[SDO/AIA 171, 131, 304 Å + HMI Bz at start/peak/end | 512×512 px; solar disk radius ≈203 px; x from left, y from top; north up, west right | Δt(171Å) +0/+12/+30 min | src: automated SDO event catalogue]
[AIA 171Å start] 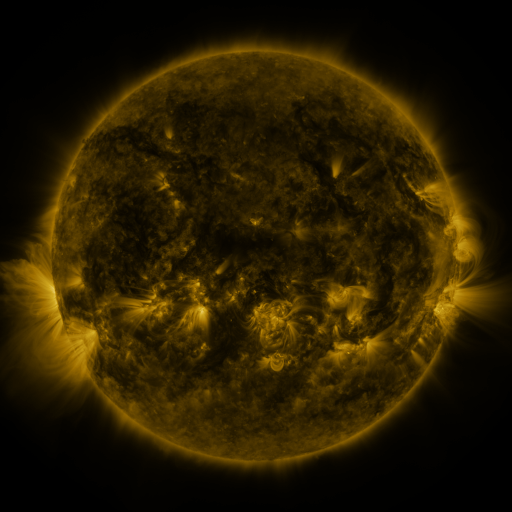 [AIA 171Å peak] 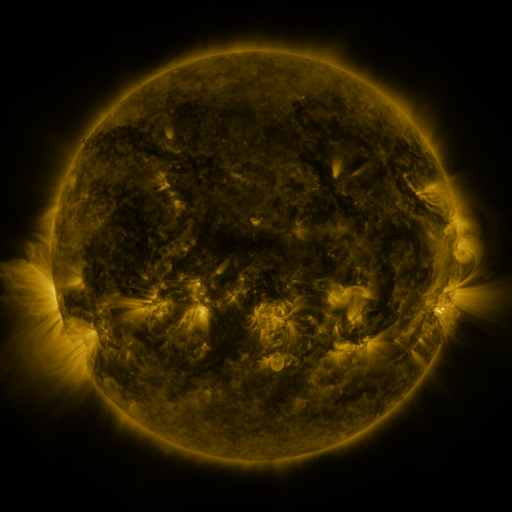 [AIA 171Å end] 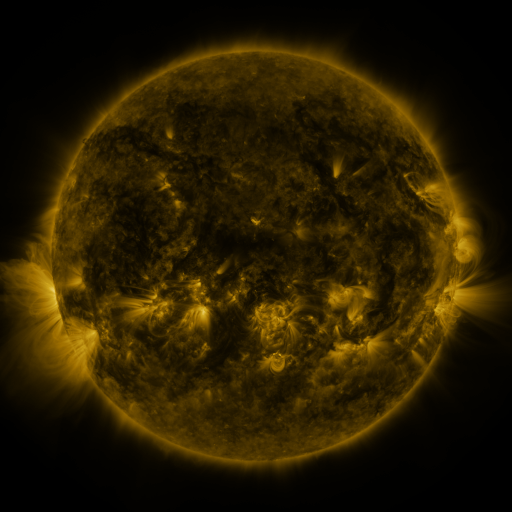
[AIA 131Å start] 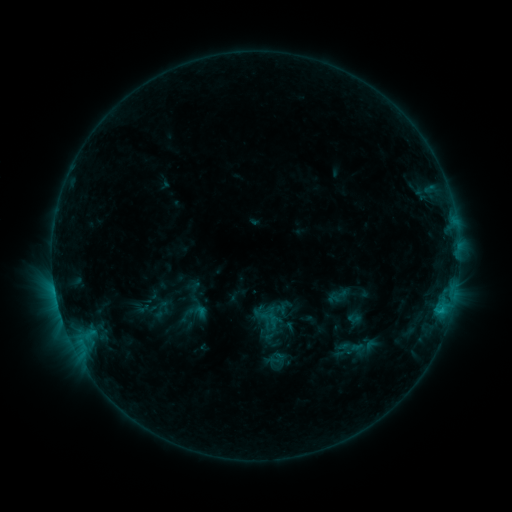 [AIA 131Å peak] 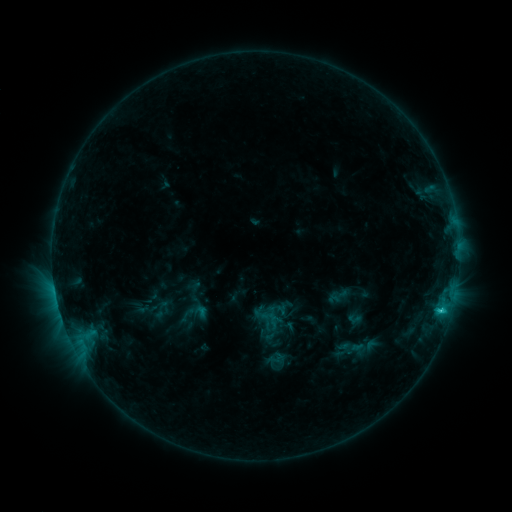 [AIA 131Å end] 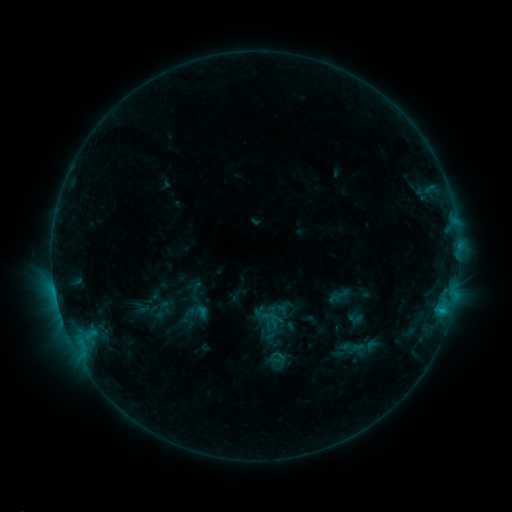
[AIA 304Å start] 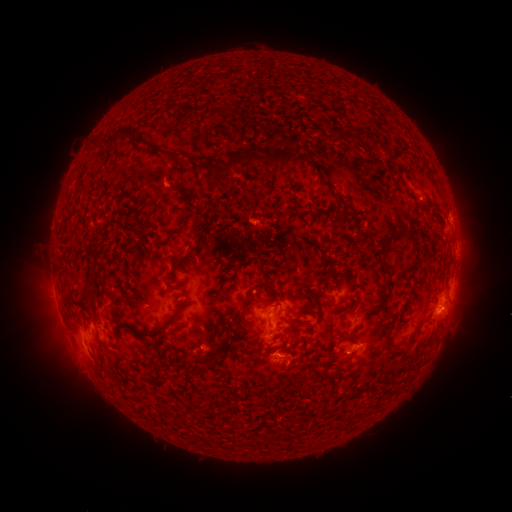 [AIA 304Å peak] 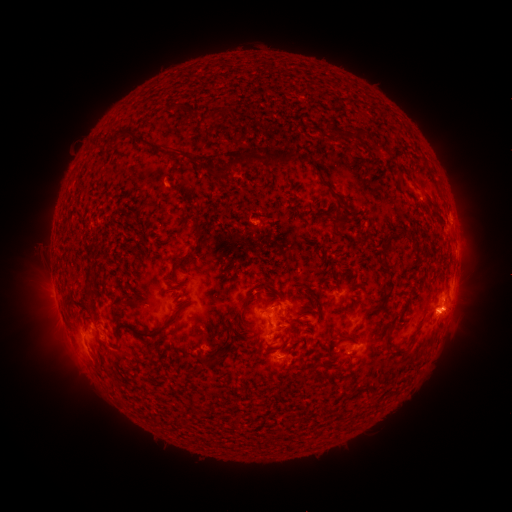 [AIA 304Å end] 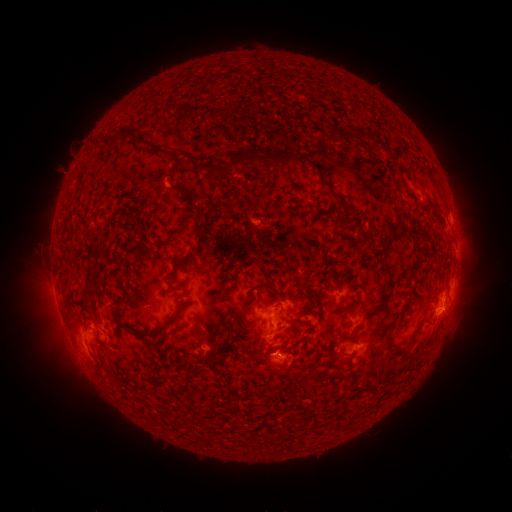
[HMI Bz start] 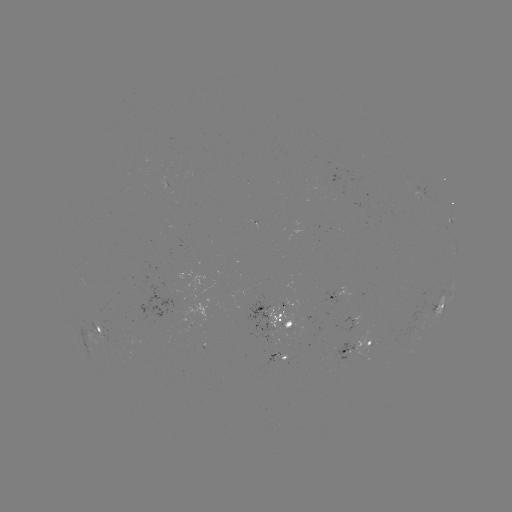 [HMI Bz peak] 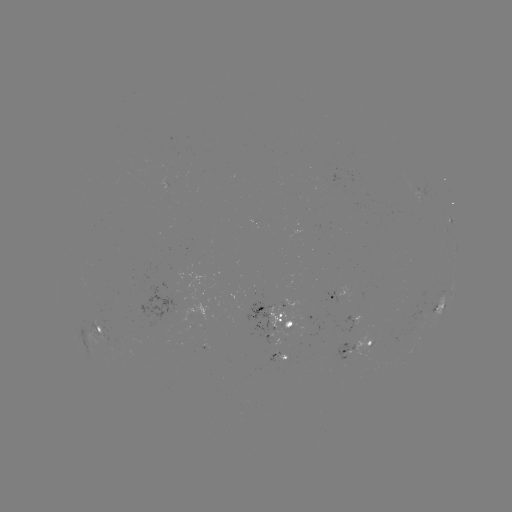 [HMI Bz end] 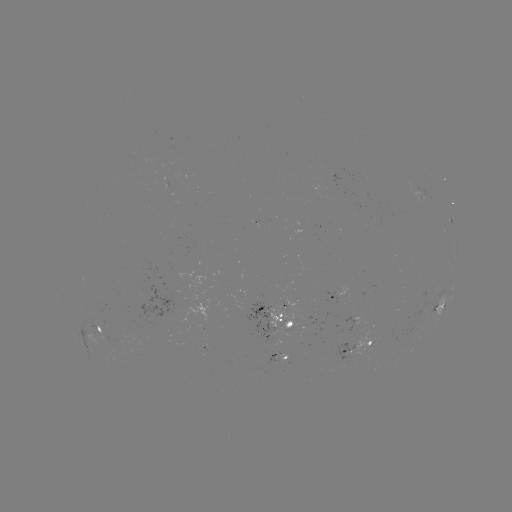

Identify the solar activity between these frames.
C1.2 flare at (439, 309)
